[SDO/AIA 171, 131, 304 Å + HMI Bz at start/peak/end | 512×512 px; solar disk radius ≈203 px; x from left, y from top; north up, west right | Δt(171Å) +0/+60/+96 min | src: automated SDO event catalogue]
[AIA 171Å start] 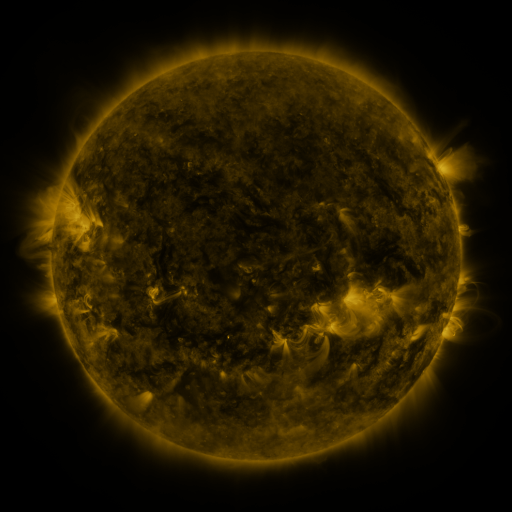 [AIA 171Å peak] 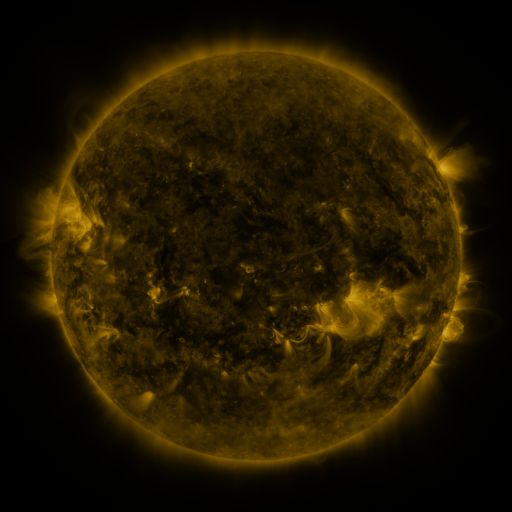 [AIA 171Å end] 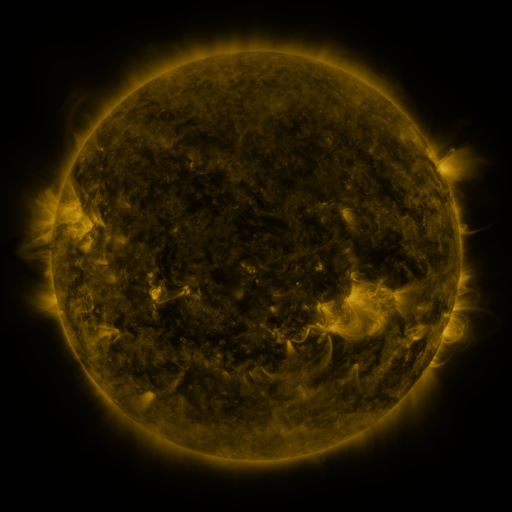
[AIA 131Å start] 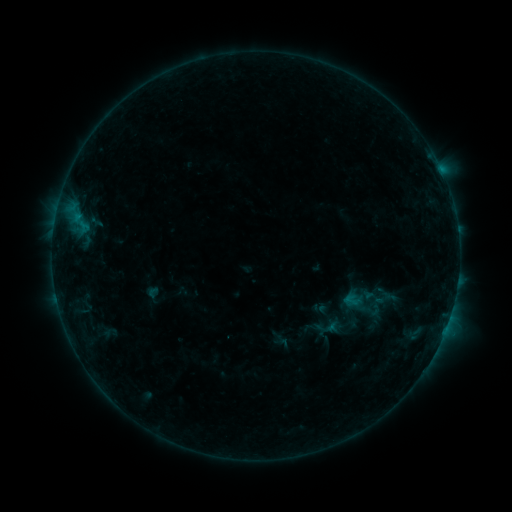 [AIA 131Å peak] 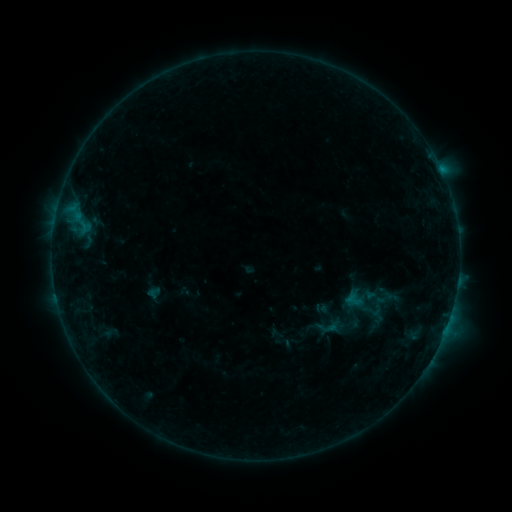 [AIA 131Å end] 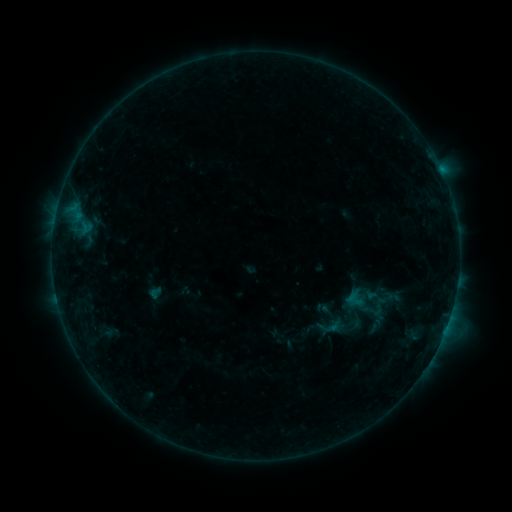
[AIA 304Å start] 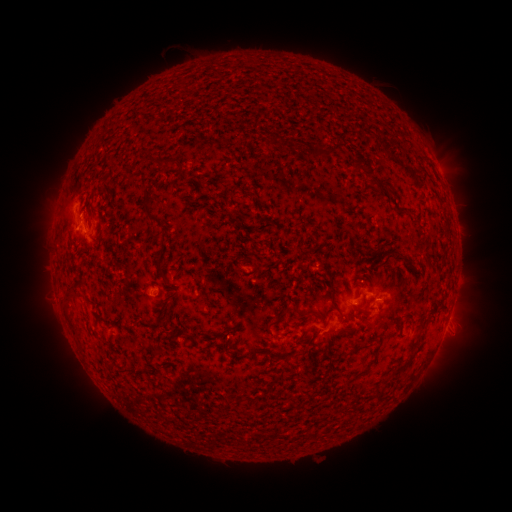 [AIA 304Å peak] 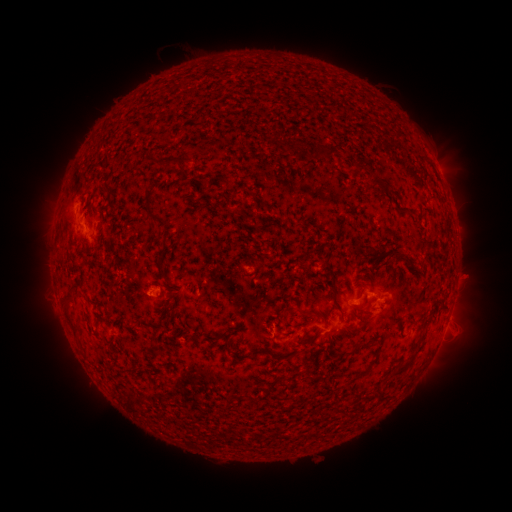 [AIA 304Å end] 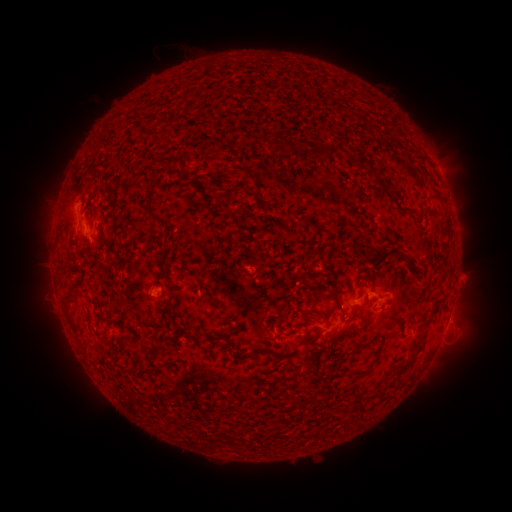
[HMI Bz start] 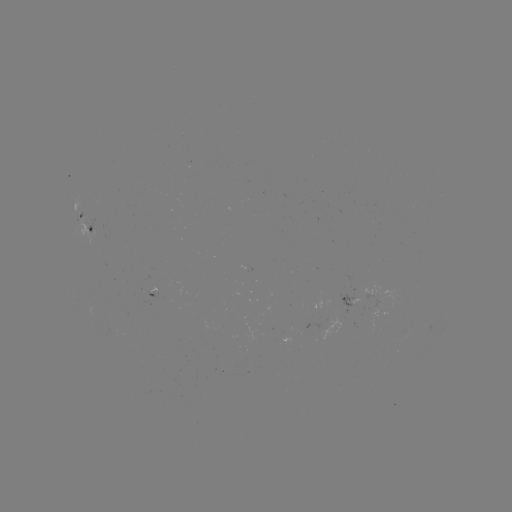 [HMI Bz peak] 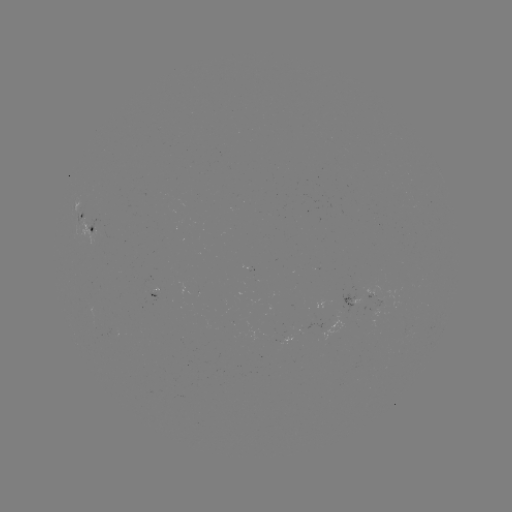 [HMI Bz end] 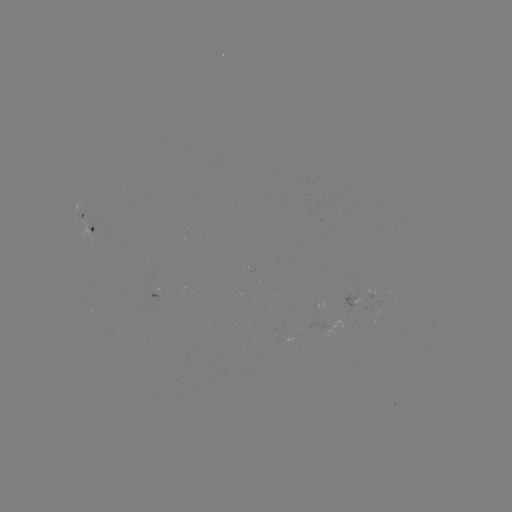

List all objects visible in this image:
emerging-flux region: (375, 301)
